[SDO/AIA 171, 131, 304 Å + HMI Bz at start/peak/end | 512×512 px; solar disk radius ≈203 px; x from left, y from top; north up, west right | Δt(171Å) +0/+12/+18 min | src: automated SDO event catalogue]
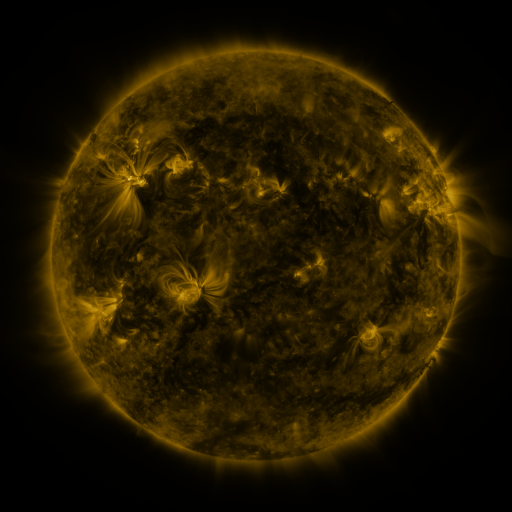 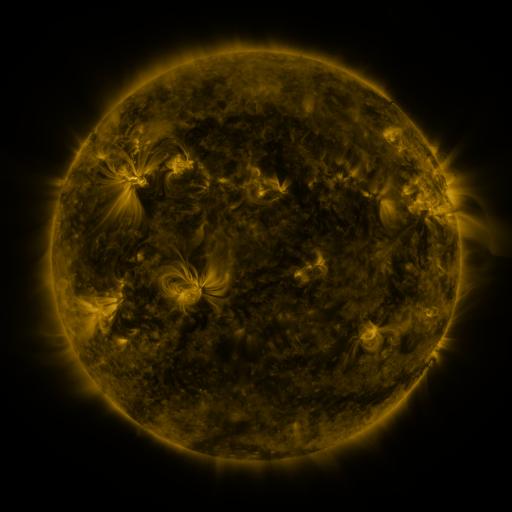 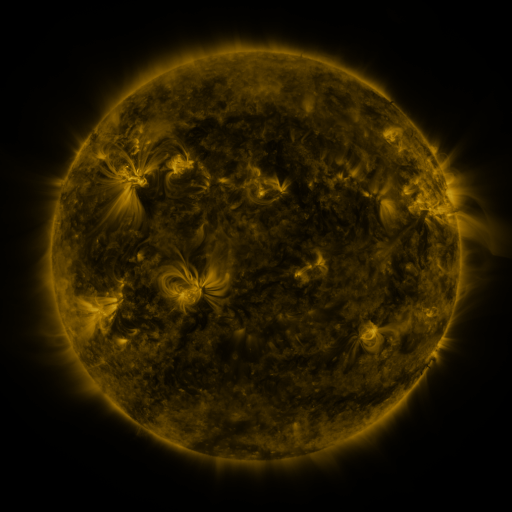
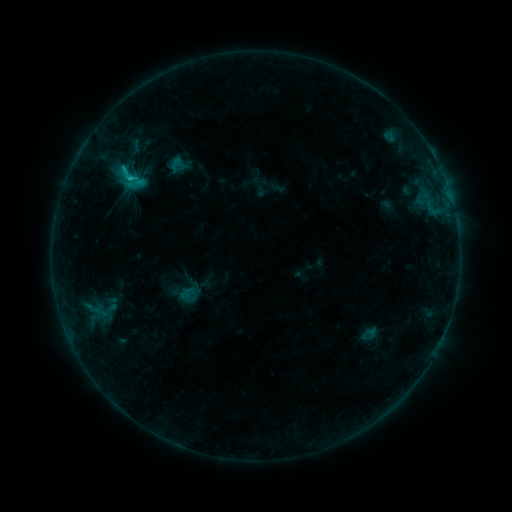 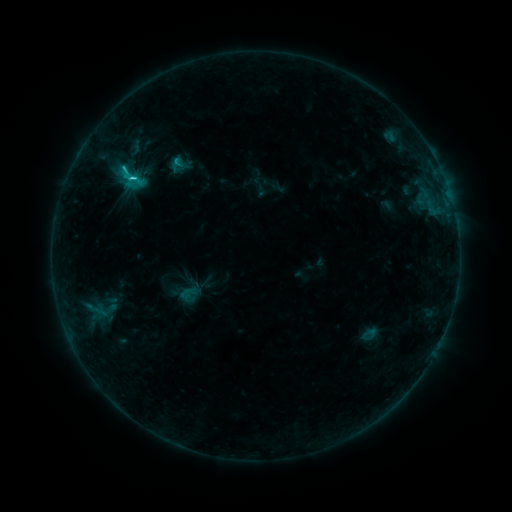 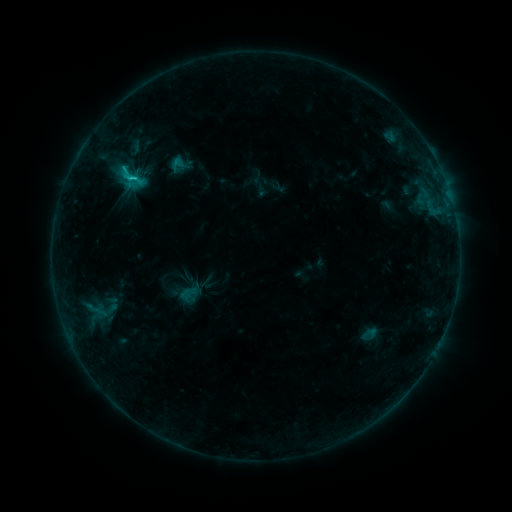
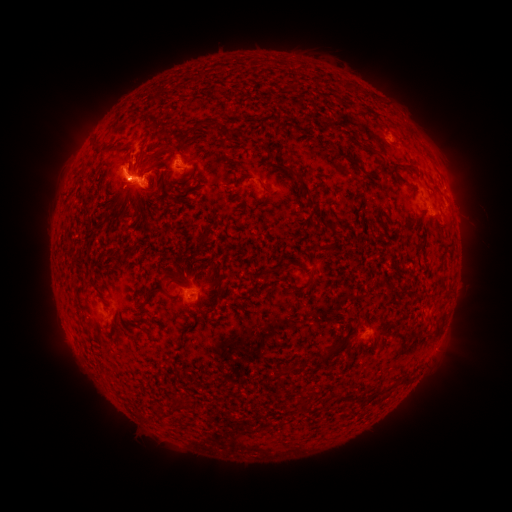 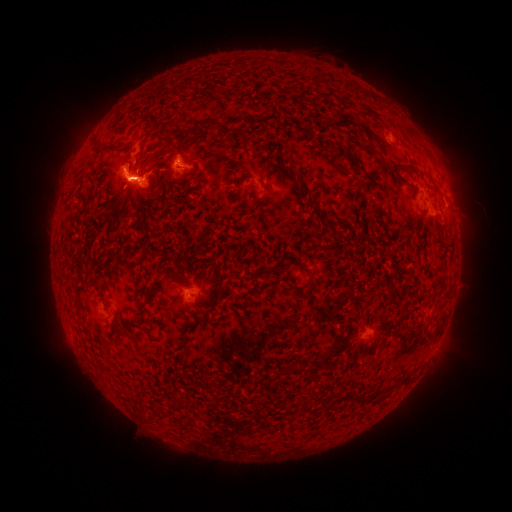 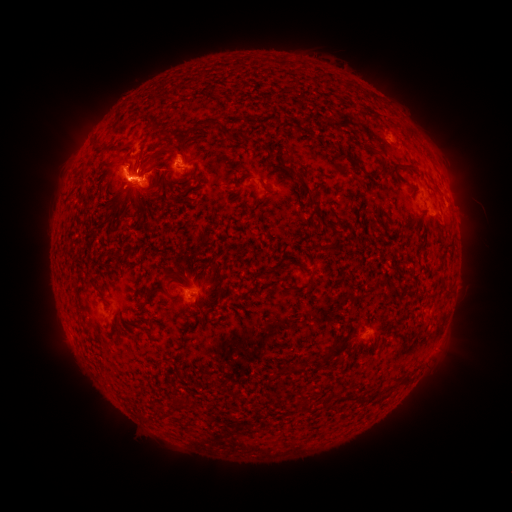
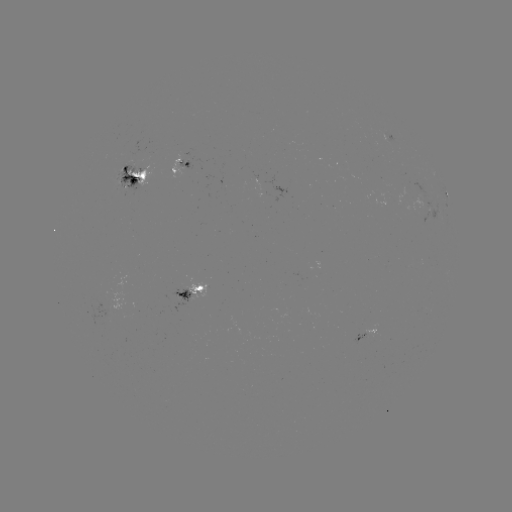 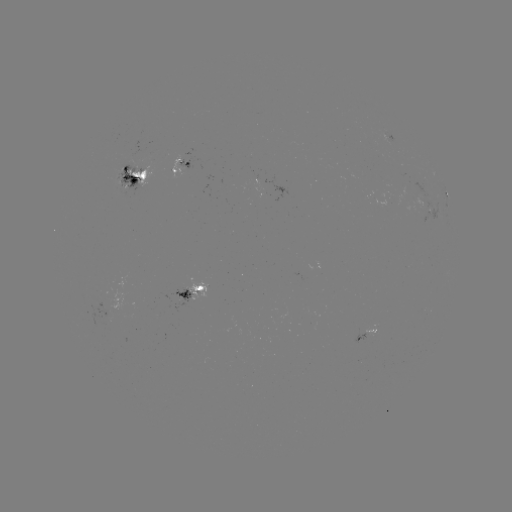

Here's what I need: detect C2.9 flare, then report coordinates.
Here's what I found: C2.9 flare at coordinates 125,169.